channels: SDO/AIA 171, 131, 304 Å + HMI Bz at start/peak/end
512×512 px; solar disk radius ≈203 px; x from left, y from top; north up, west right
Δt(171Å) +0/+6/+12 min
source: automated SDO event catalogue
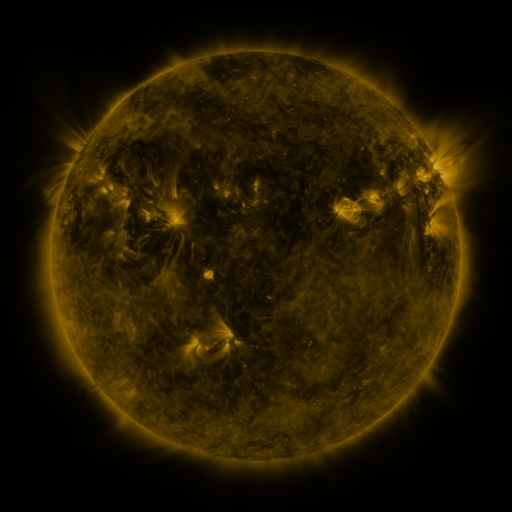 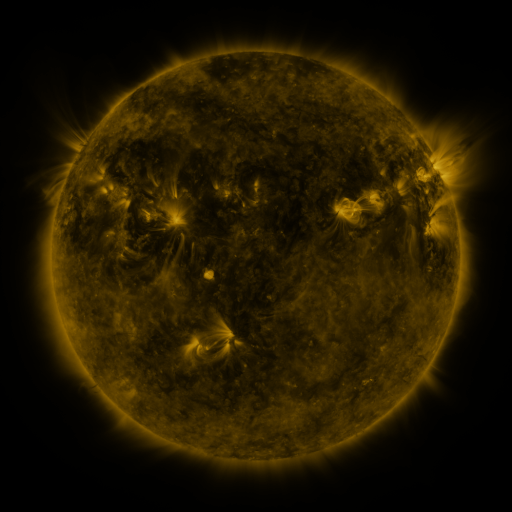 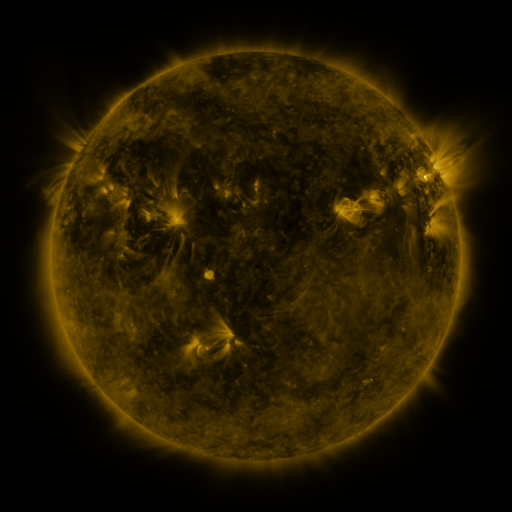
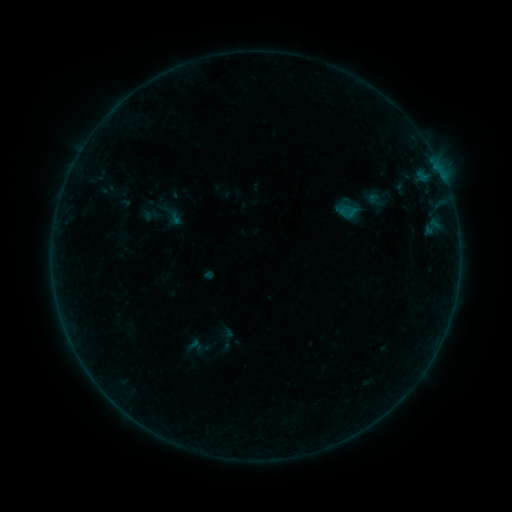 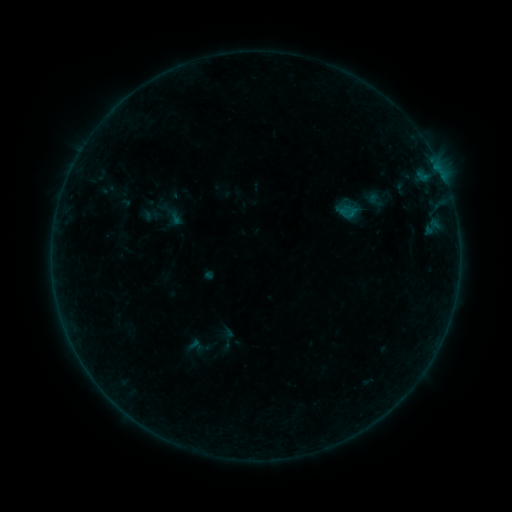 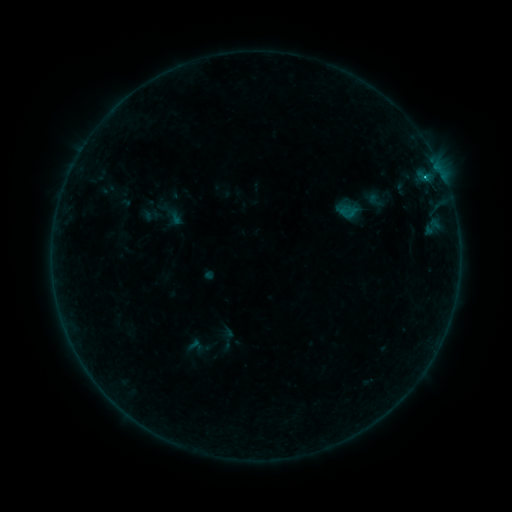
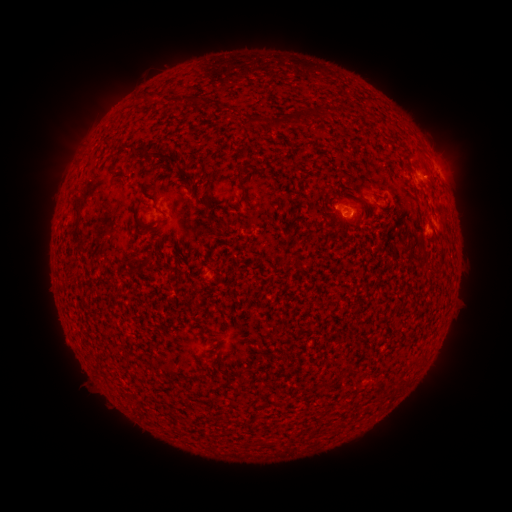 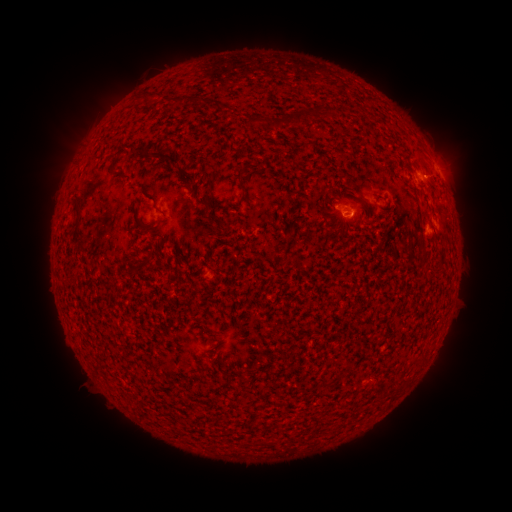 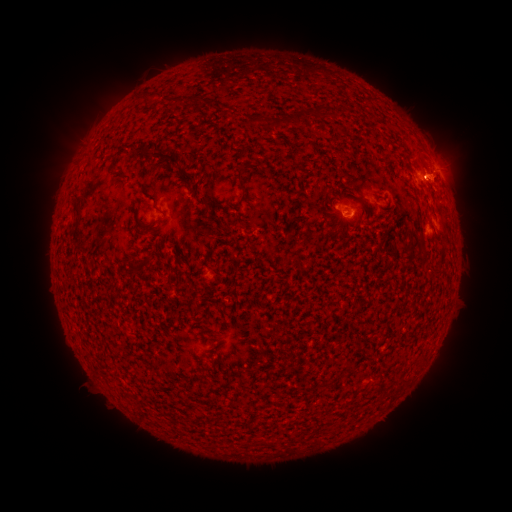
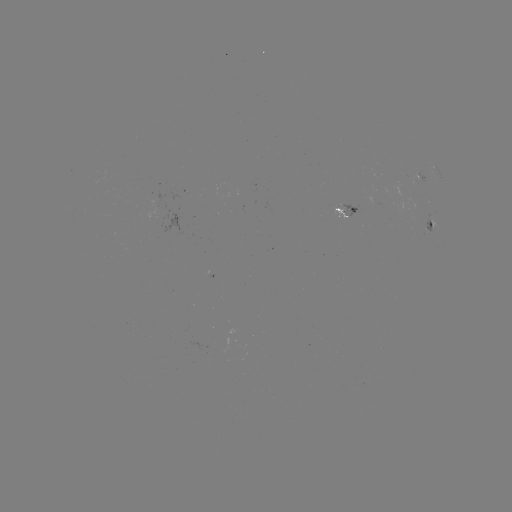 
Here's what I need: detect B6.0 flare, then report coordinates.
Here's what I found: B6.0 flare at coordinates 424,180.